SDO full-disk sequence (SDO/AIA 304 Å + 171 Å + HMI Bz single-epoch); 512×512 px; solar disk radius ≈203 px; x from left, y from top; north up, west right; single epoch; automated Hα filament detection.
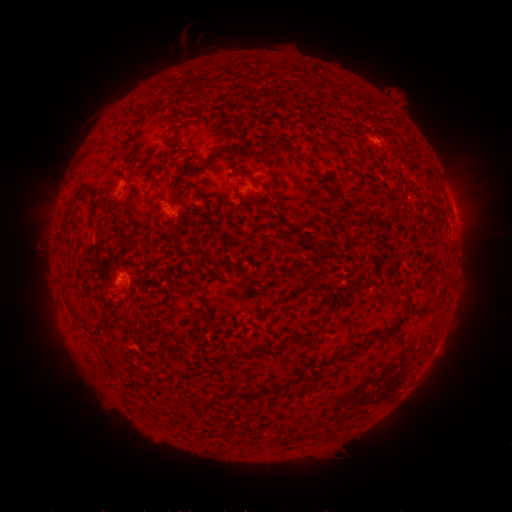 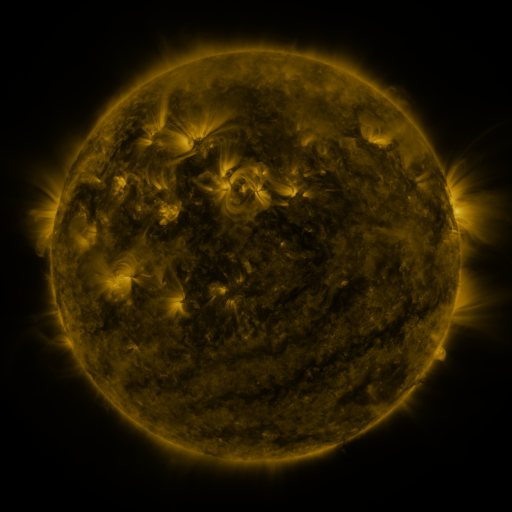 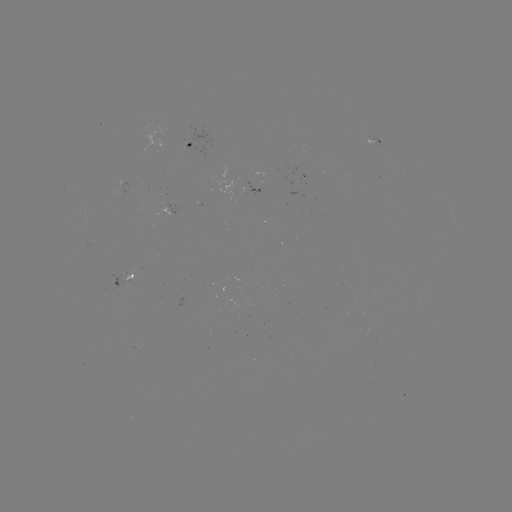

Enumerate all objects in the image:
filament: (121, 153)
filament: (217, 156)
filament: (266, 161)
filament: (256, 180)
filament: (191, 184)
filament: (80, 192)
filament: (132, 207)
filament: (259, 209)
filament: (305, 281)
filament: (391, 331)
filament: (344, 356)
